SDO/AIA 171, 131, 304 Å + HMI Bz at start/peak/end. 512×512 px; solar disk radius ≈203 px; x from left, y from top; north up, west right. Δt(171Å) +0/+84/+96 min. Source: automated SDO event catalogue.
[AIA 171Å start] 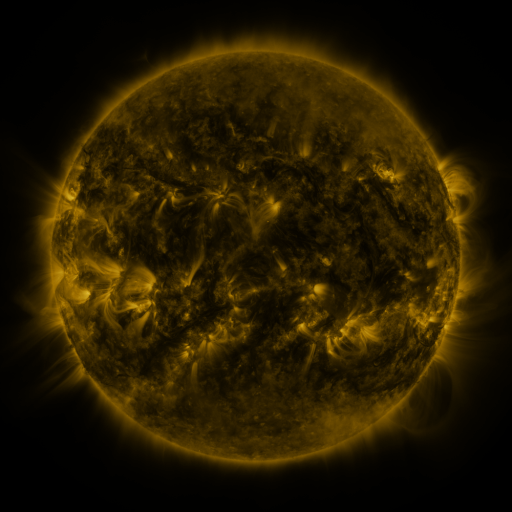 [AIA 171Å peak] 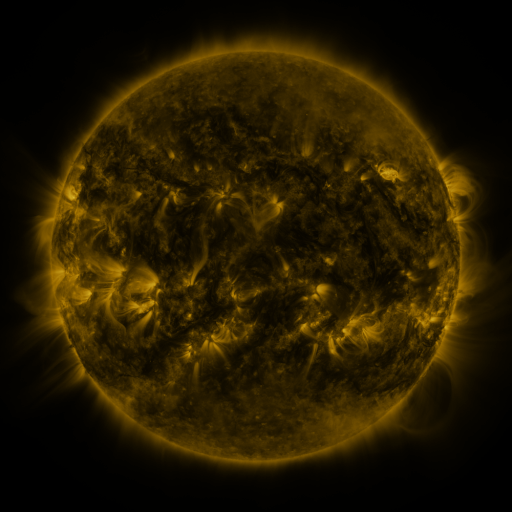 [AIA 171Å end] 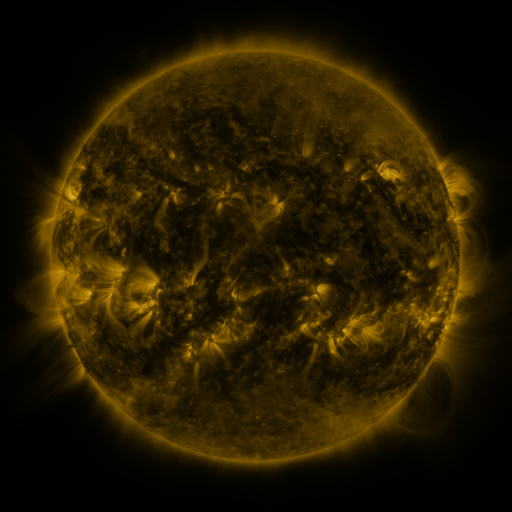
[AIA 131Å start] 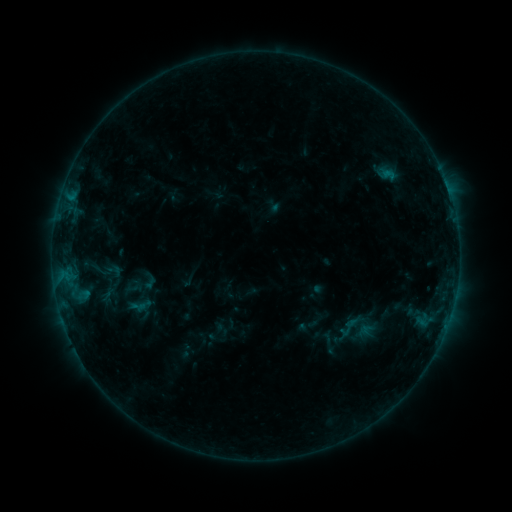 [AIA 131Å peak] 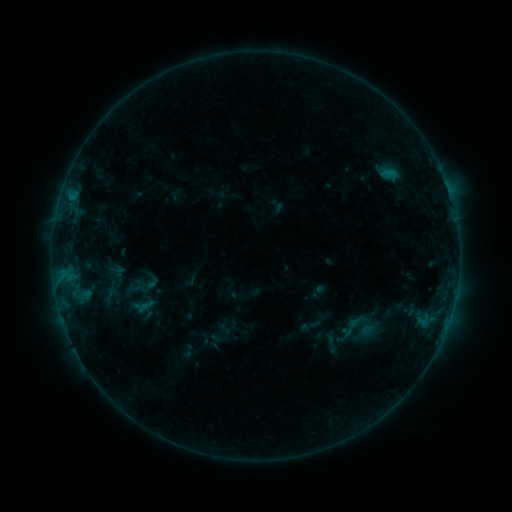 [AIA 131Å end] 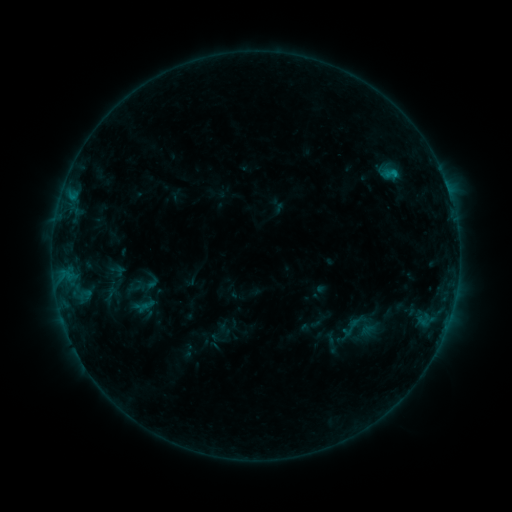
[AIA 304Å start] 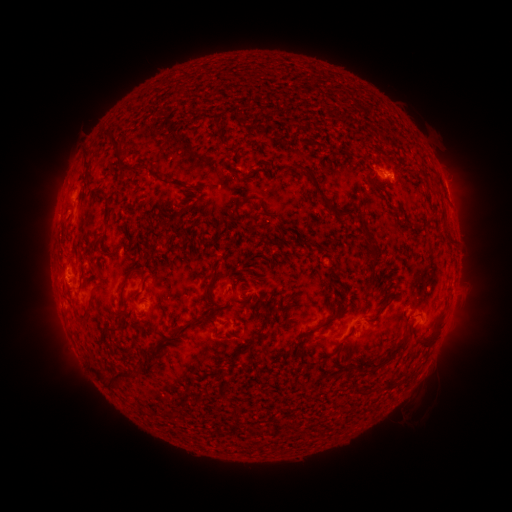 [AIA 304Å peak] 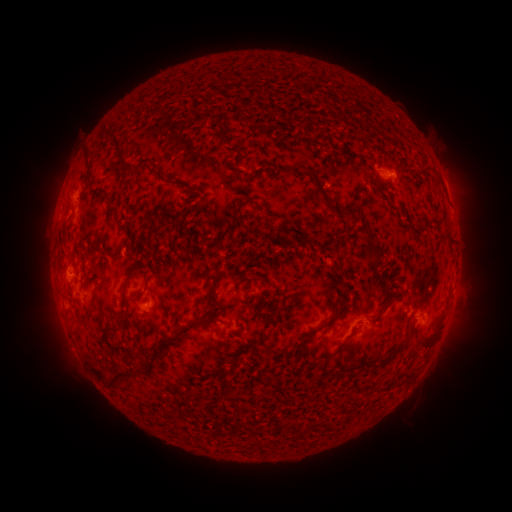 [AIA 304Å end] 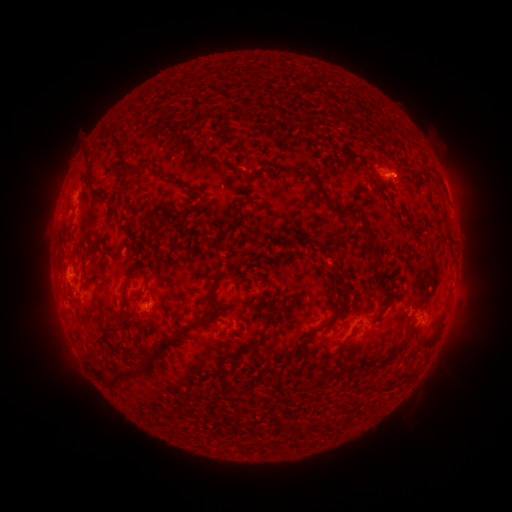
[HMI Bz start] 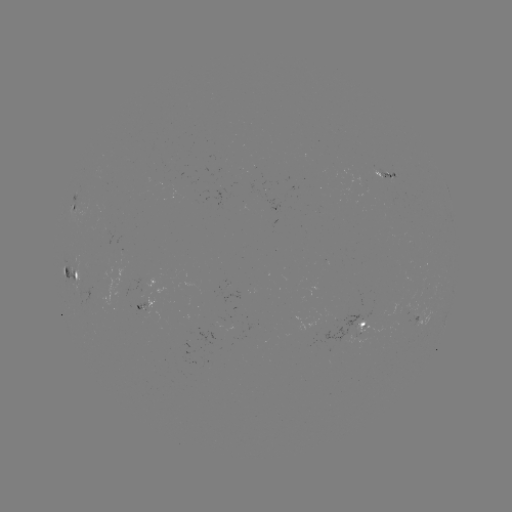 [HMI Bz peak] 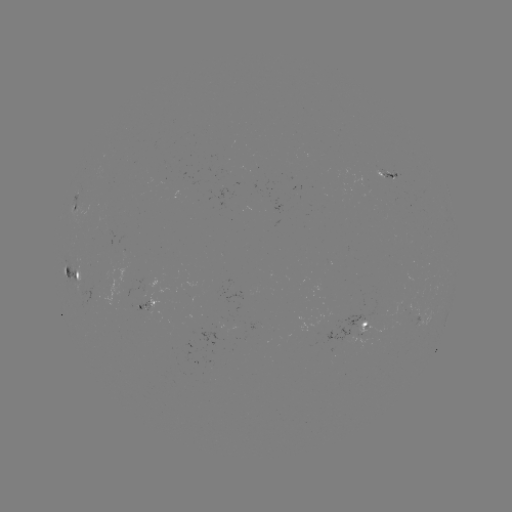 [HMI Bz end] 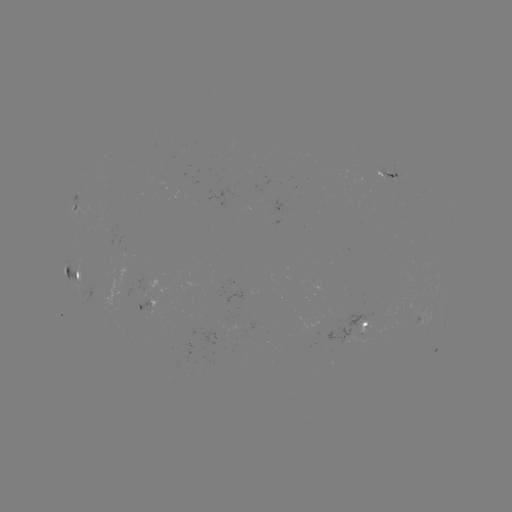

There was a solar emerging-flux region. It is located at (151, 308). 